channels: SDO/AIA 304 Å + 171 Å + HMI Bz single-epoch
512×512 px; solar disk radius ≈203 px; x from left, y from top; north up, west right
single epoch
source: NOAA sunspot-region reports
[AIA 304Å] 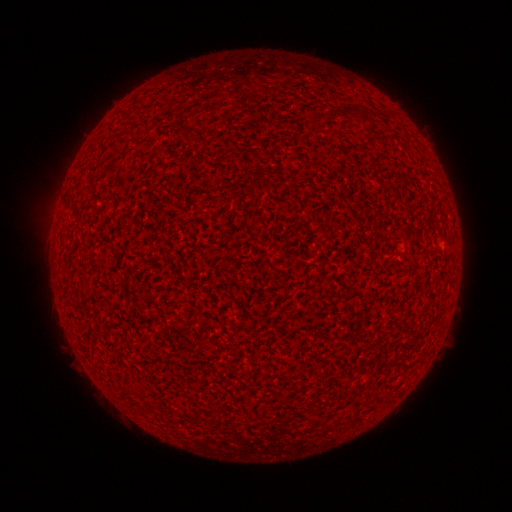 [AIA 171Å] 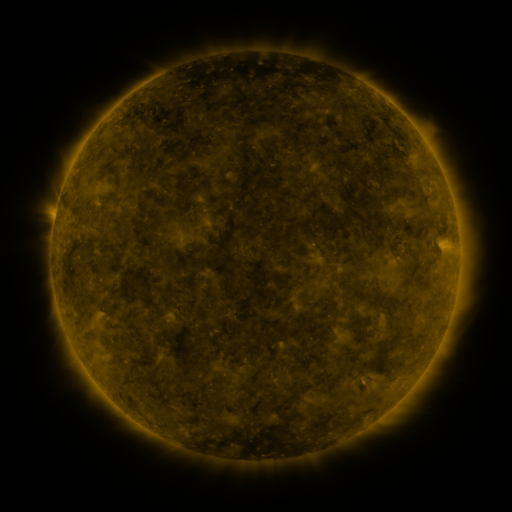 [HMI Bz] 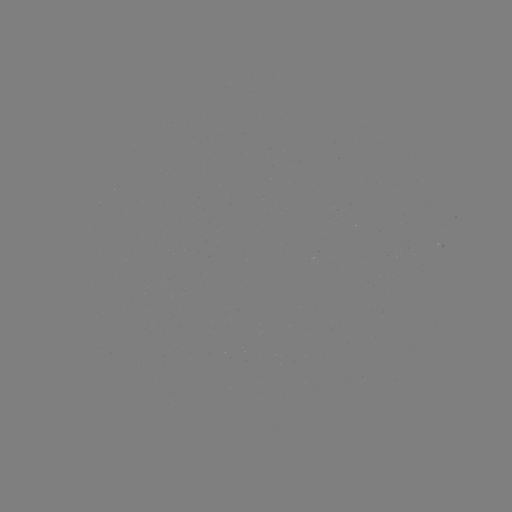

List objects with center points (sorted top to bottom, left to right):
spotted active region: (443, 248)
